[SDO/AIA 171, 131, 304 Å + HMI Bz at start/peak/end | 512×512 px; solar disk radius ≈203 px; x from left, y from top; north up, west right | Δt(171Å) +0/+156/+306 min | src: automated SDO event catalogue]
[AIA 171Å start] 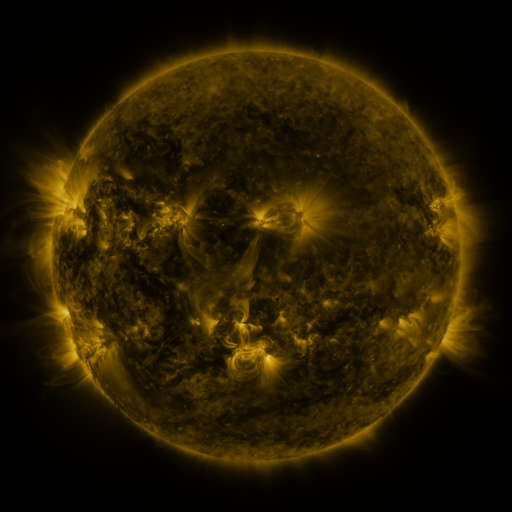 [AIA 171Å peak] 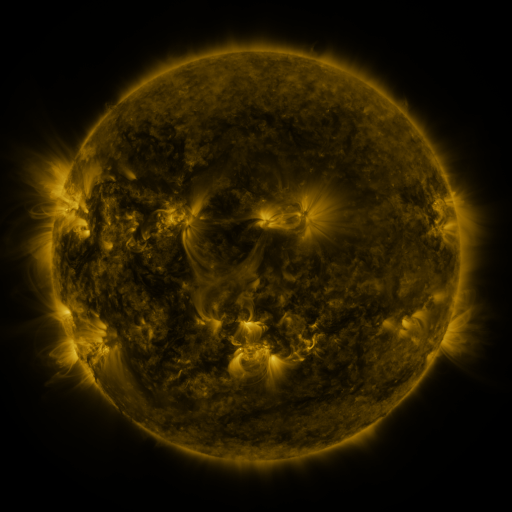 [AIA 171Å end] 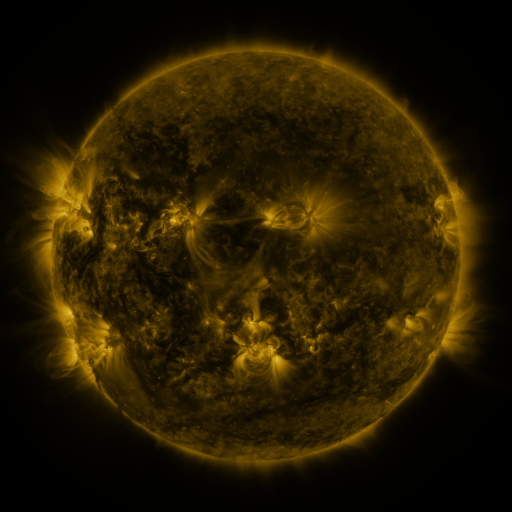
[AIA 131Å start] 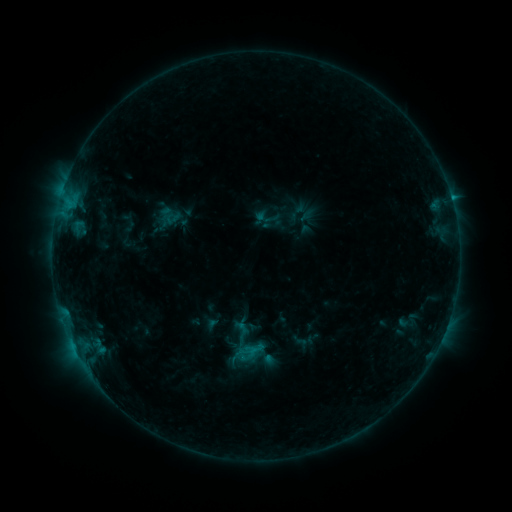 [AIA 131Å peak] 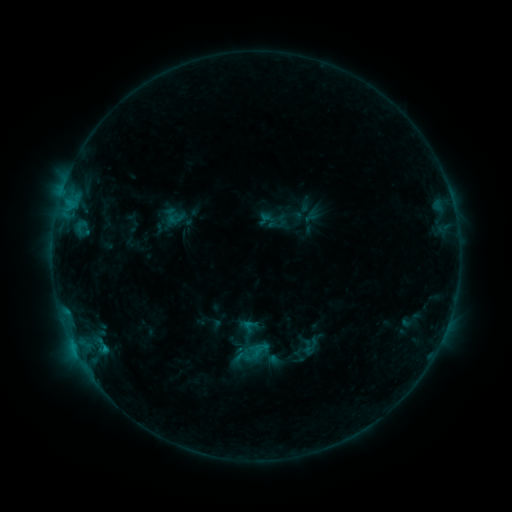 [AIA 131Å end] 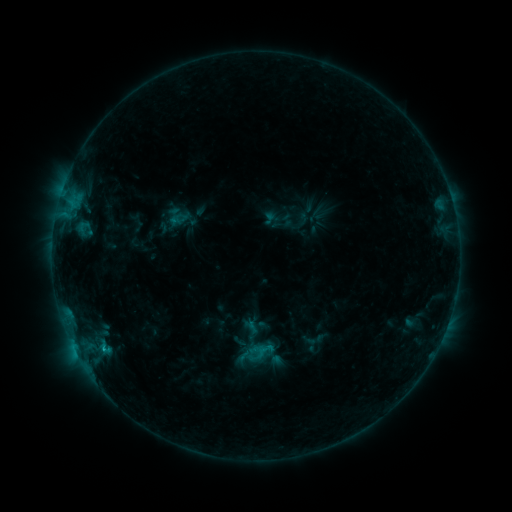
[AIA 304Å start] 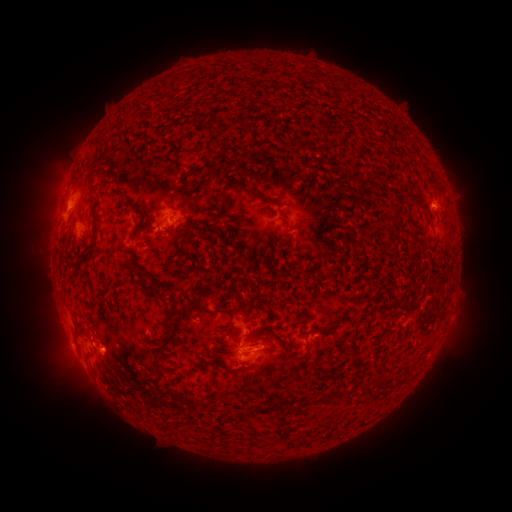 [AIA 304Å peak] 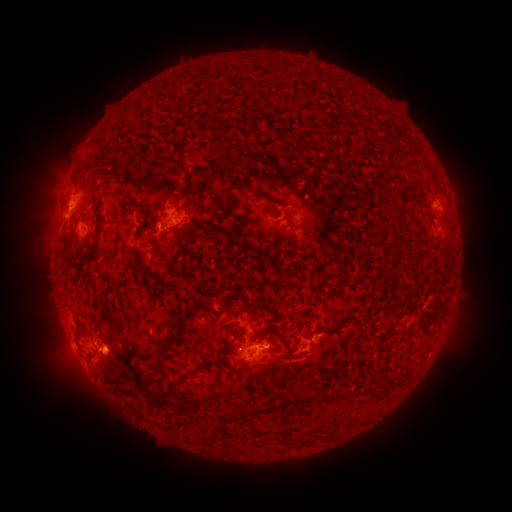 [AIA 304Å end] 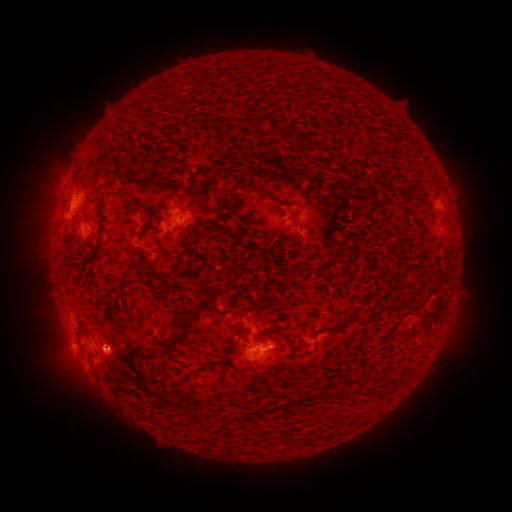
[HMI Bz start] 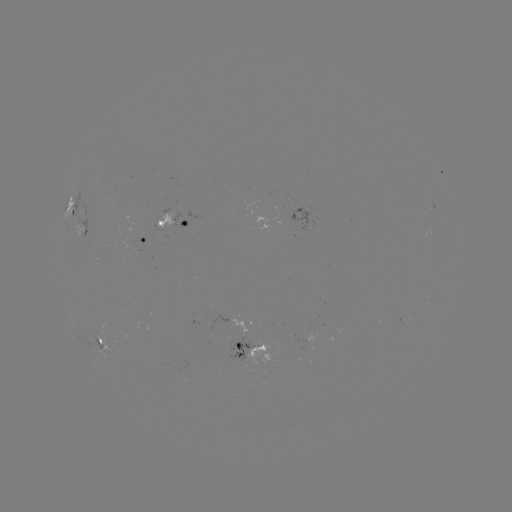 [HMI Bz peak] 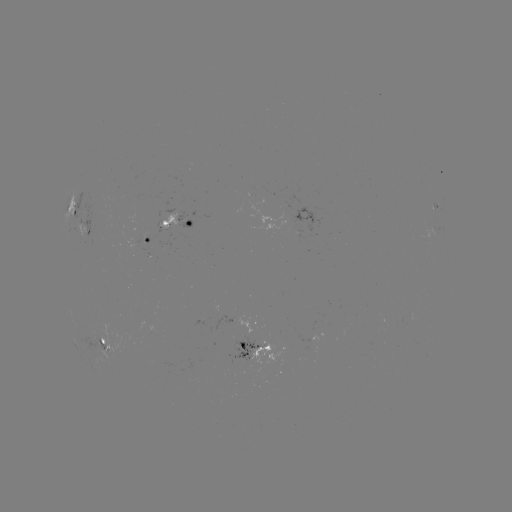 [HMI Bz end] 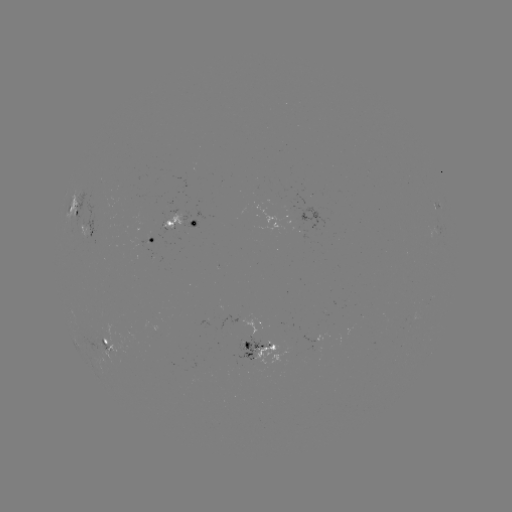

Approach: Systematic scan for filament eruption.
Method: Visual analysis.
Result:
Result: filament eruption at (298, 349).